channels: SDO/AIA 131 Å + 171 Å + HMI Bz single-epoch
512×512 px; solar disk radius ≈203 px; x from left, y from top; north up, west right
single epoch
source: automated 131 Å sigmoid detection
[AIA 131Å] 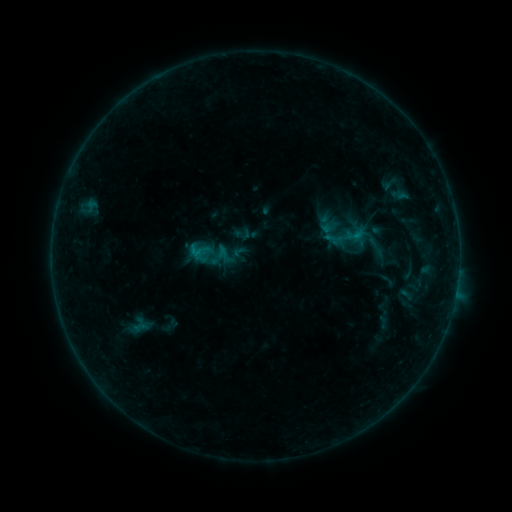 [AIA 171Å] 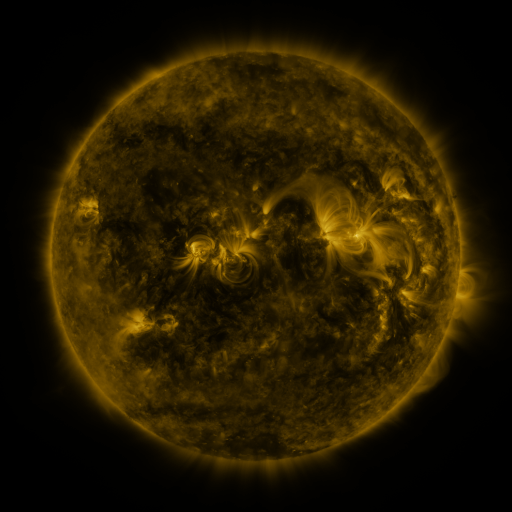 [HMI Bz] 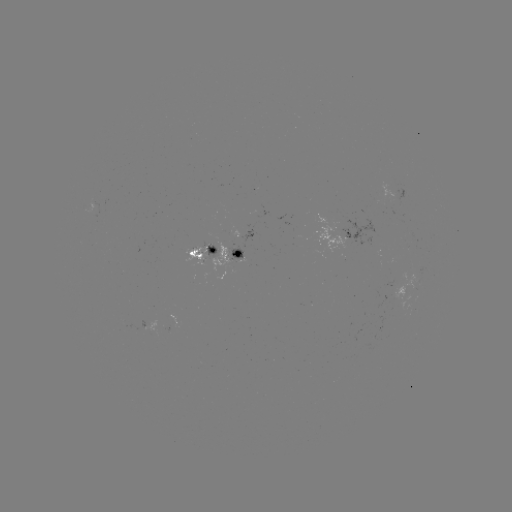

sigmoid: (234, 226, 250, 242)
